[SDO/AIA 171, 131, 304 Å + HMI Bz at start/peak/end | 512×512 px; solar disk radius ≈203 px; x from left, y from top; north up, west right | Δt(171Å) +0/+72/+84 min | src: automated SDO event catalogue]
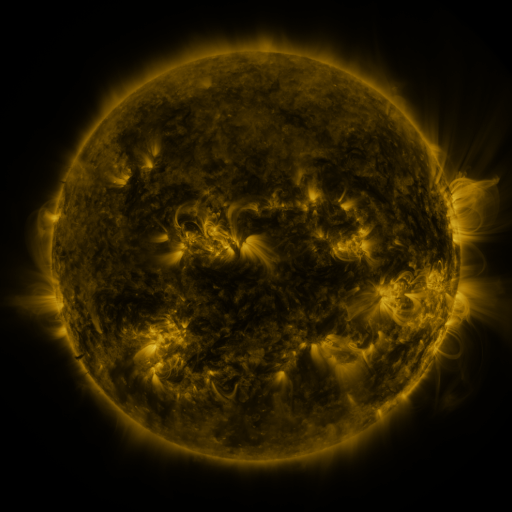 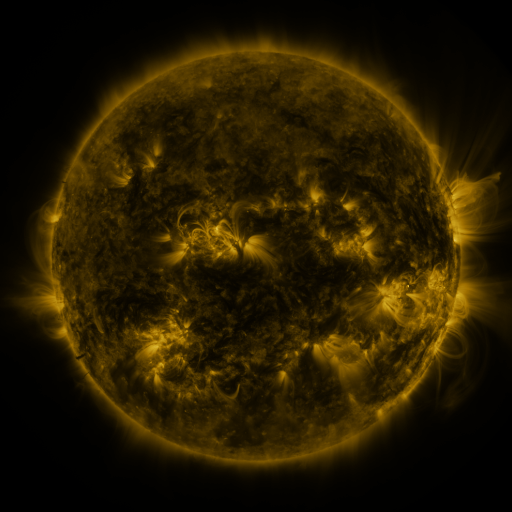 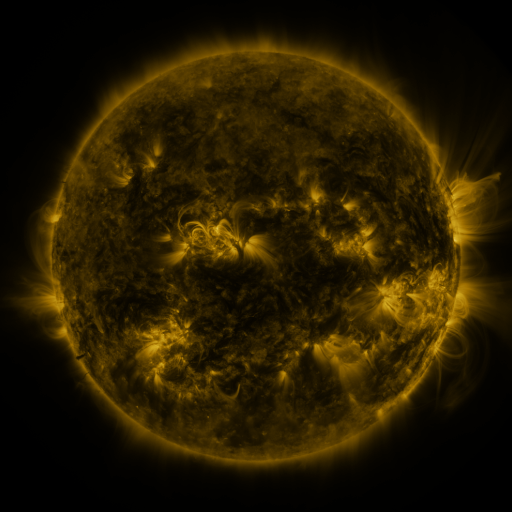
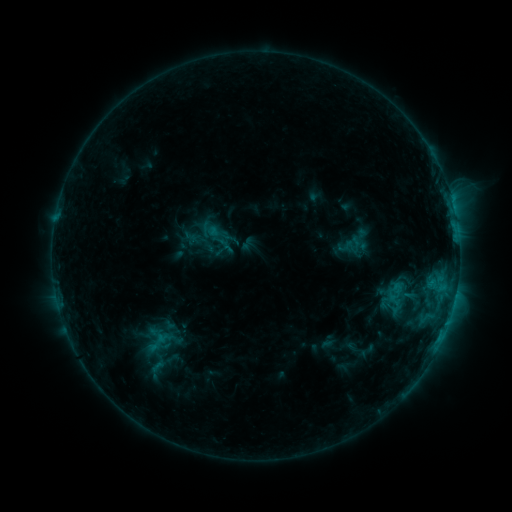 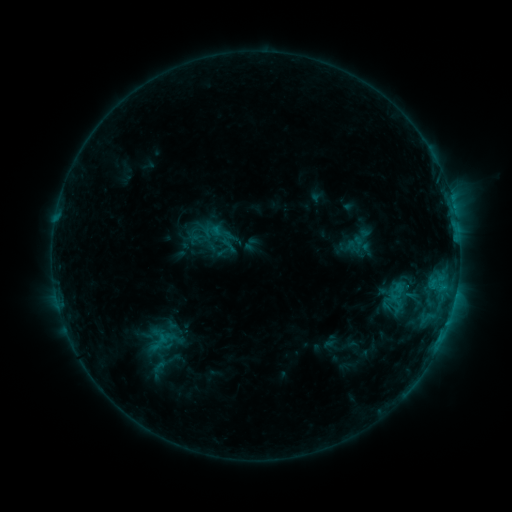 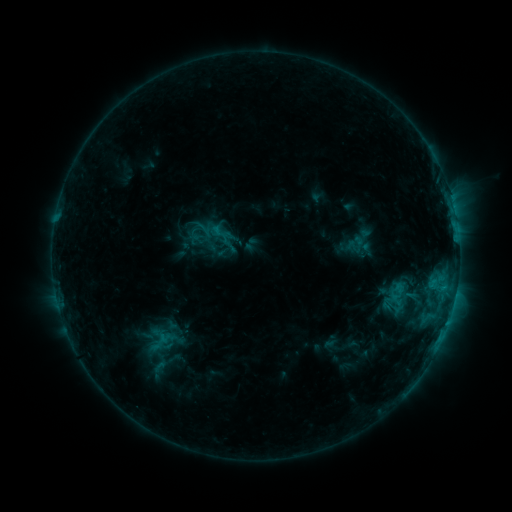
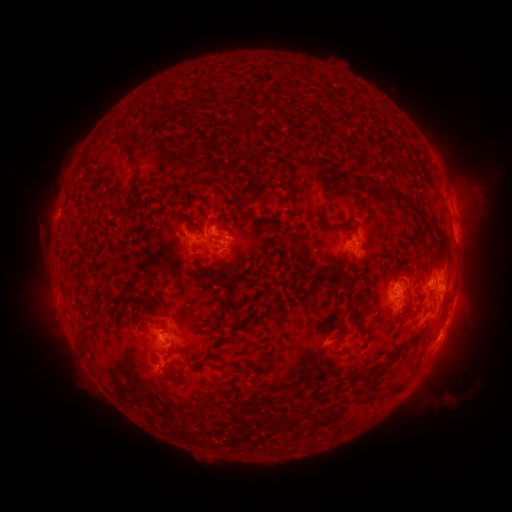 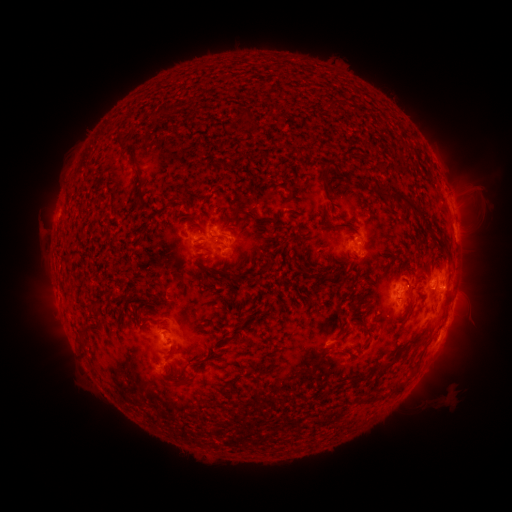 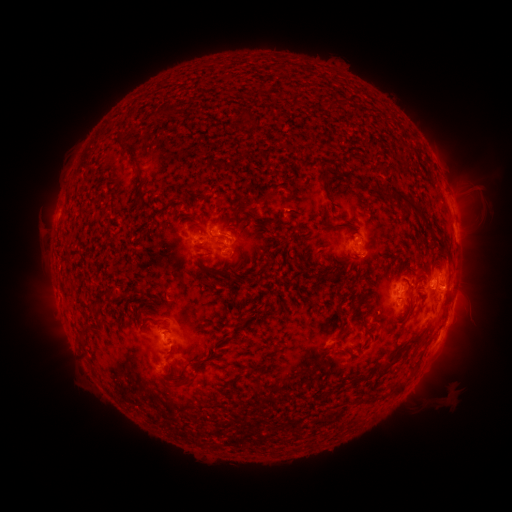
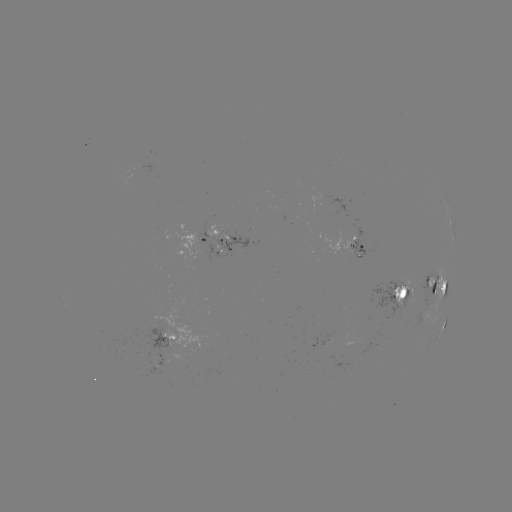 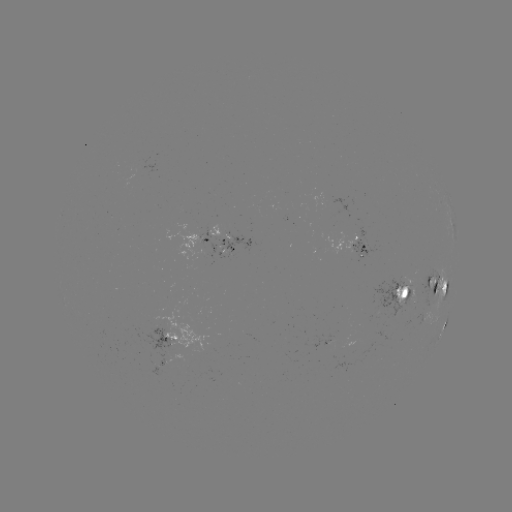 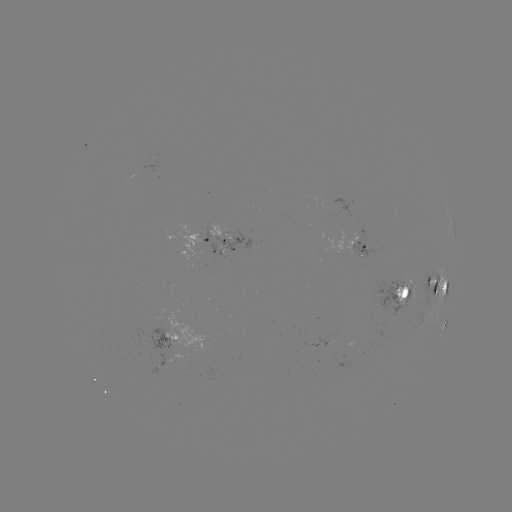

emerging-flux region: [403, 284, 415, 306]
